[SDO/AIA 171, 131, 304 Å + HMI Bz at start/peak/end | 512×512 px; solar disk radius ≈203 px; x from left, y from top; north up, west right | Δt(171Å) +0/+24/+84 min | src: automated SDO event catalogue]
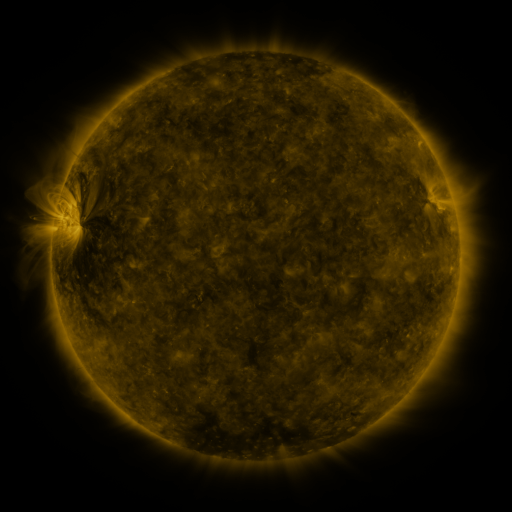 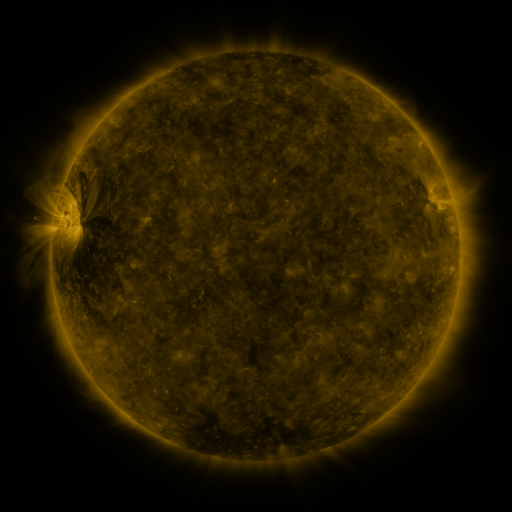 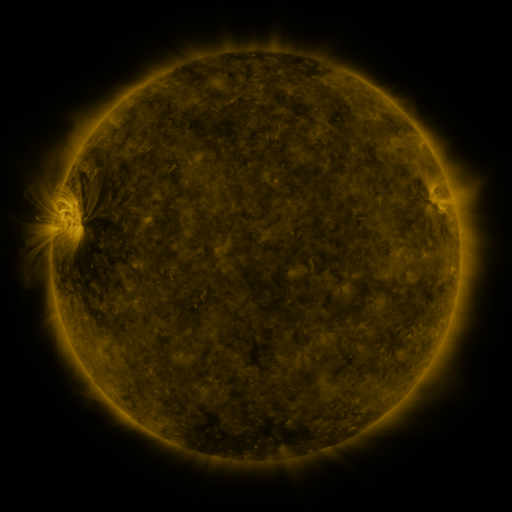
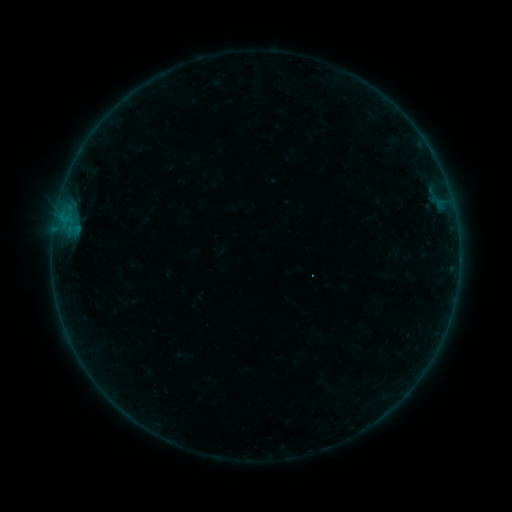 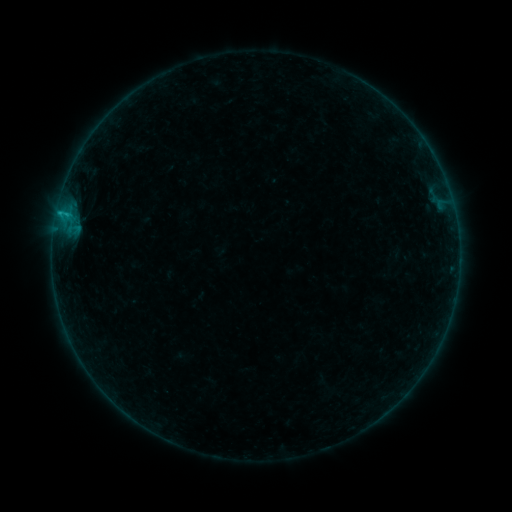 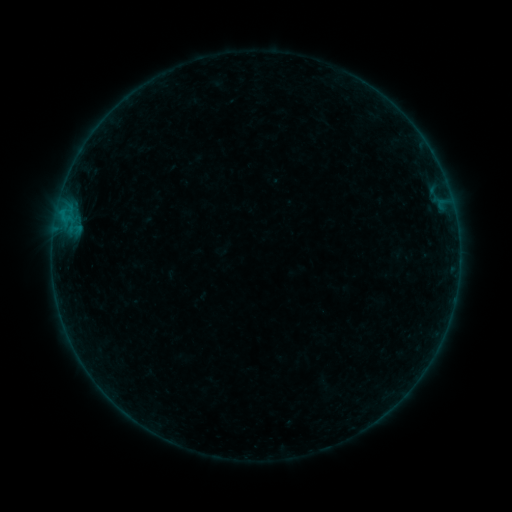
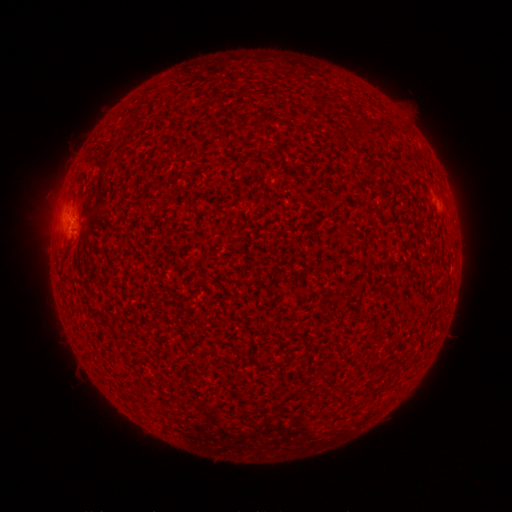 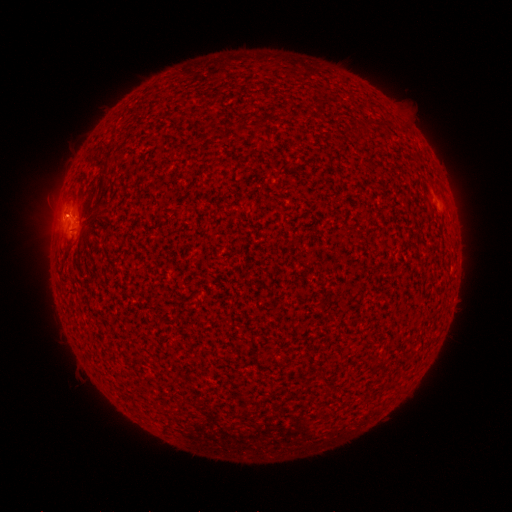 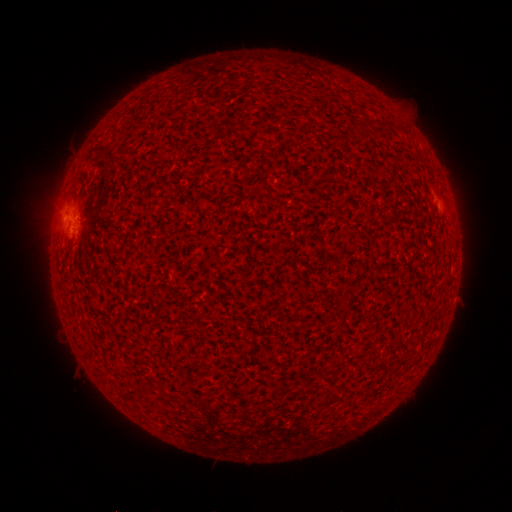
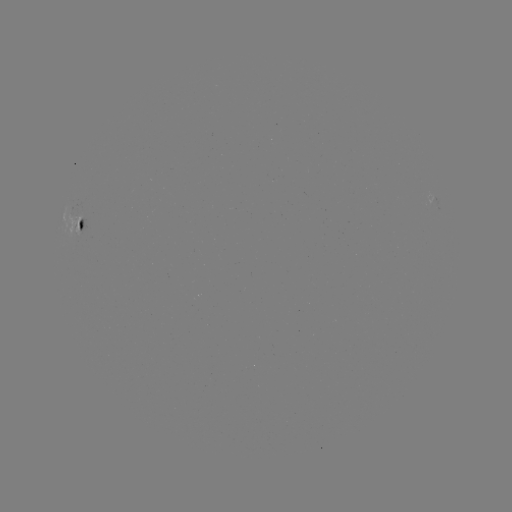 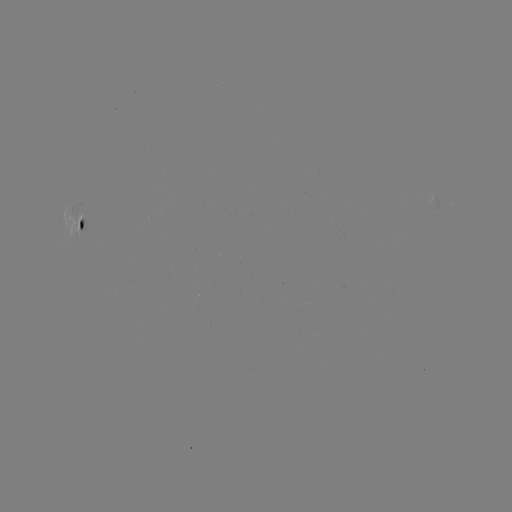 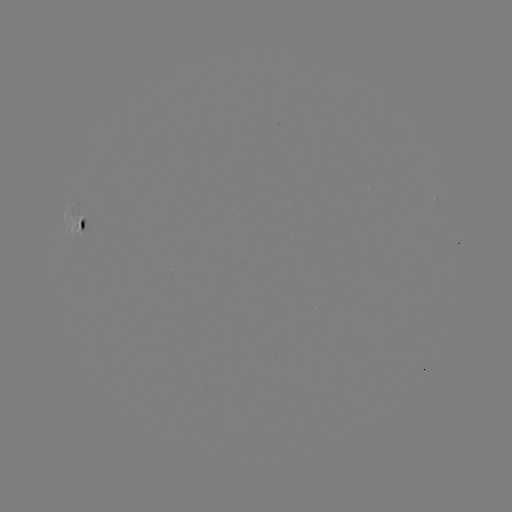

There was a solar flare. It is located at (67, 217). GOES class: B4.5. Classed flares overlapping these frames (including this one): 1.